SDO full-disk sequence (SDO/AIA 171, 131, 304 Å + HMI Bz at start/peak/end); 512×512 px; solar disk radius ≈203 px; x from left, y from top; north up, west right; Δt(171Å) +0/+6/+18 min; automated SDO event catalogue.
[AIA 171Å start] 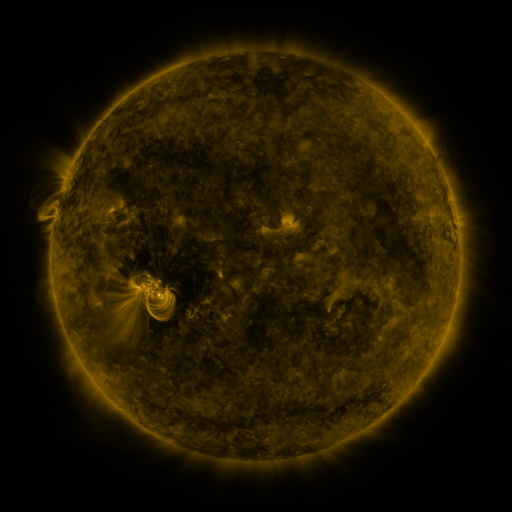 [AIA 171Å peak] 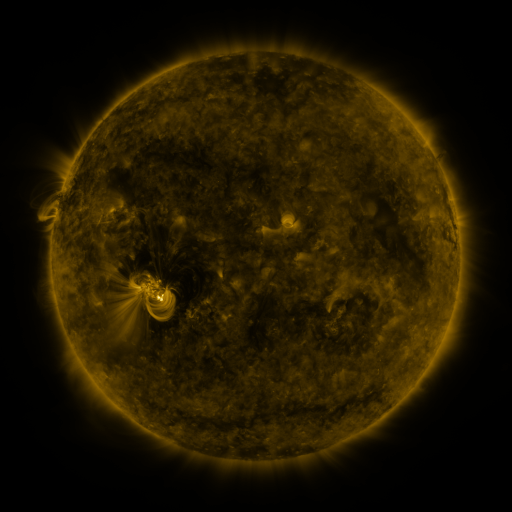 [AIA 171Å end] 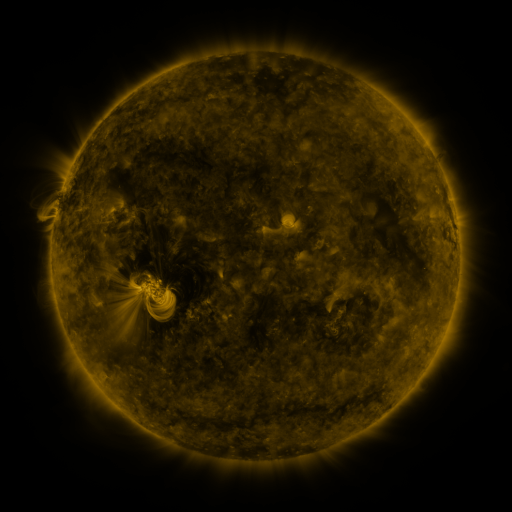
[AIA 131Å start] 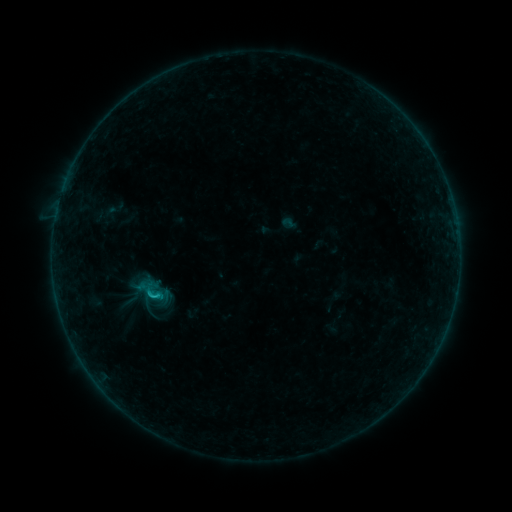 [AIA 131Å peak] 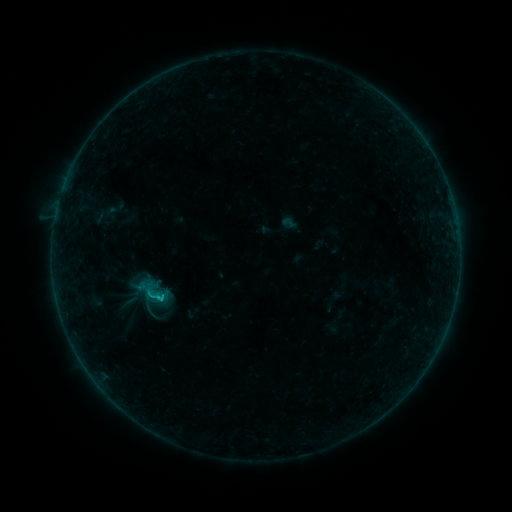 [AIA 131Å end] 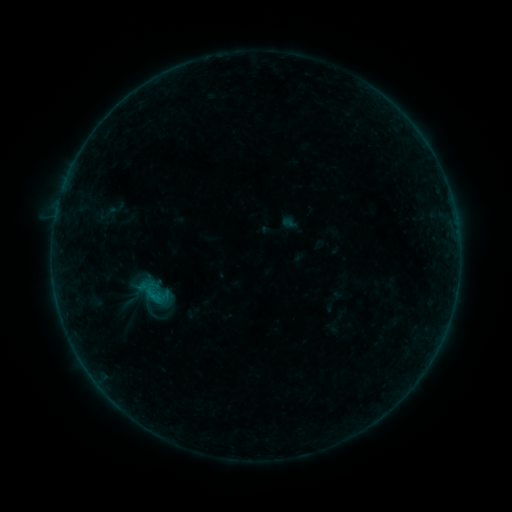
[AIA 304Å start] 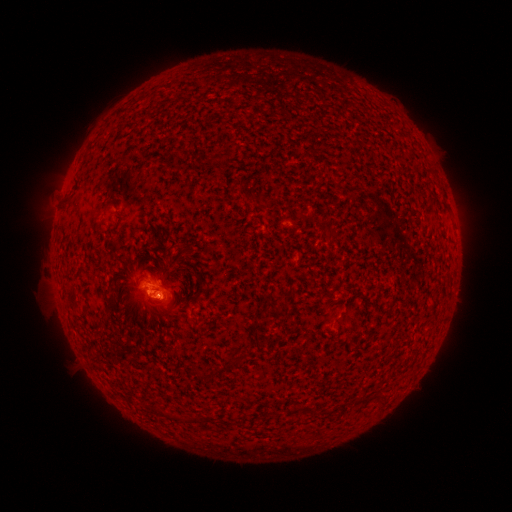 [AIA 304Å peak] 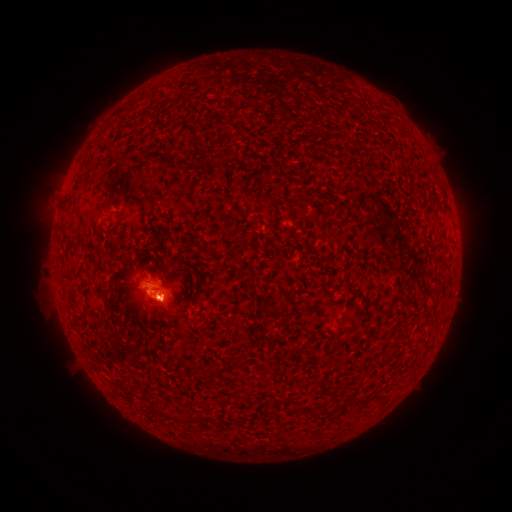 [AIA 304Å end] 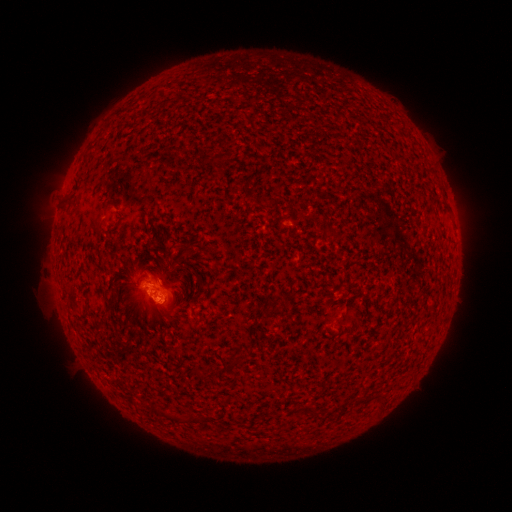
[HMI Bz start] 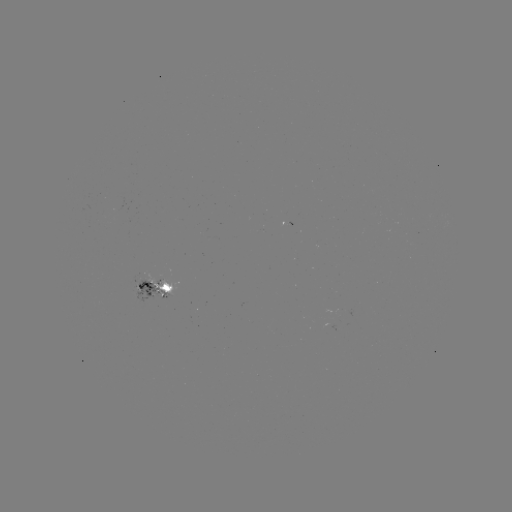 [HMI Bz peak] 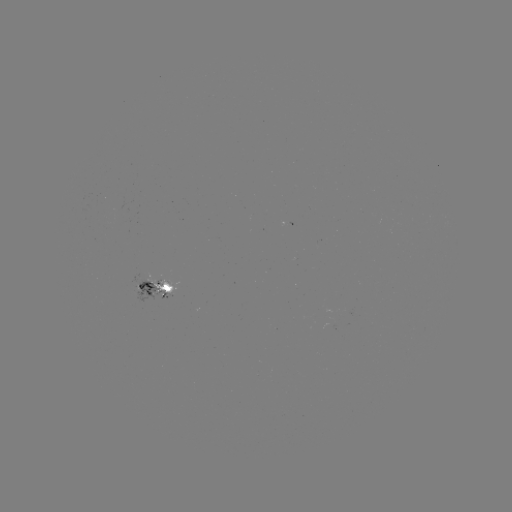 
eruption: [130, 283, 186, 332]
